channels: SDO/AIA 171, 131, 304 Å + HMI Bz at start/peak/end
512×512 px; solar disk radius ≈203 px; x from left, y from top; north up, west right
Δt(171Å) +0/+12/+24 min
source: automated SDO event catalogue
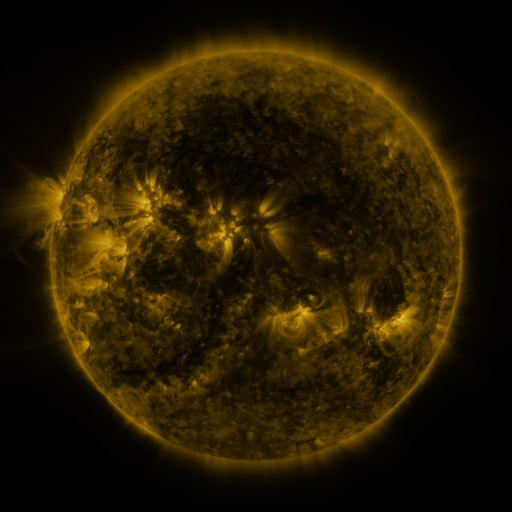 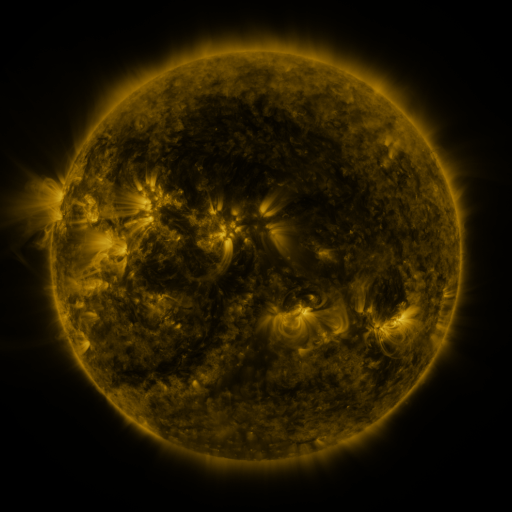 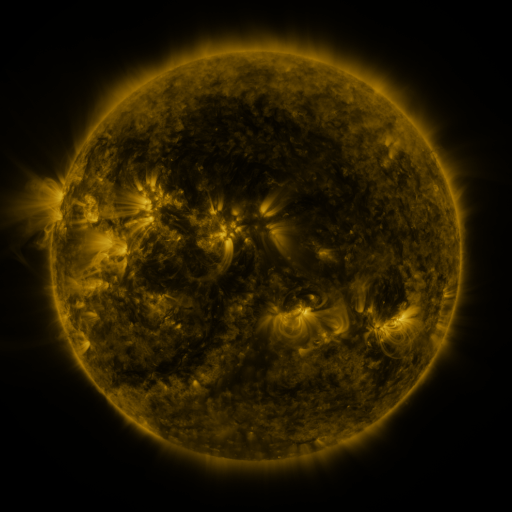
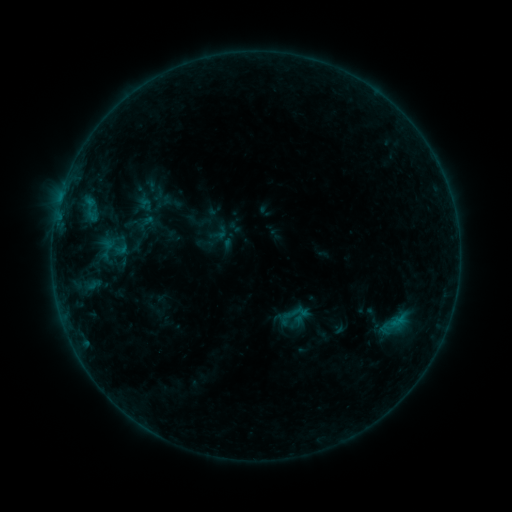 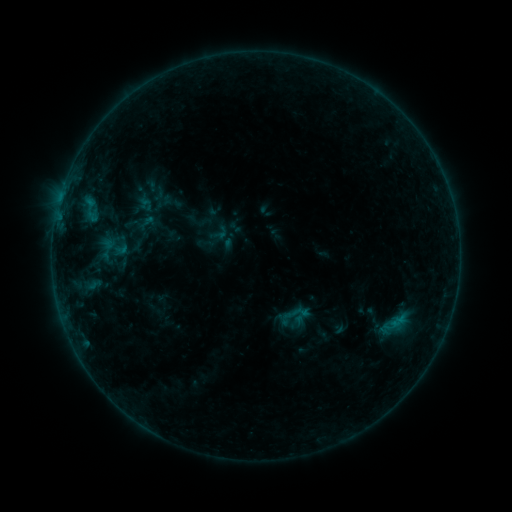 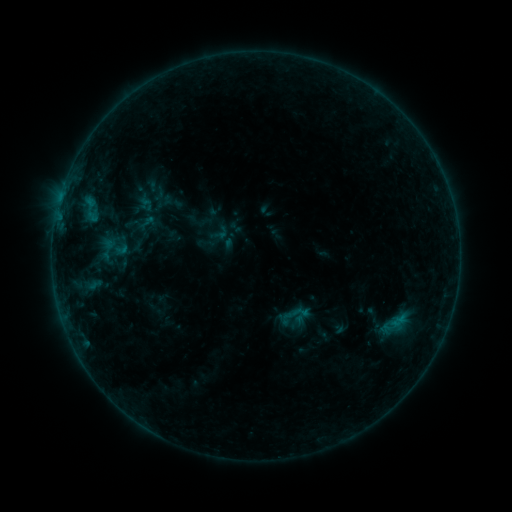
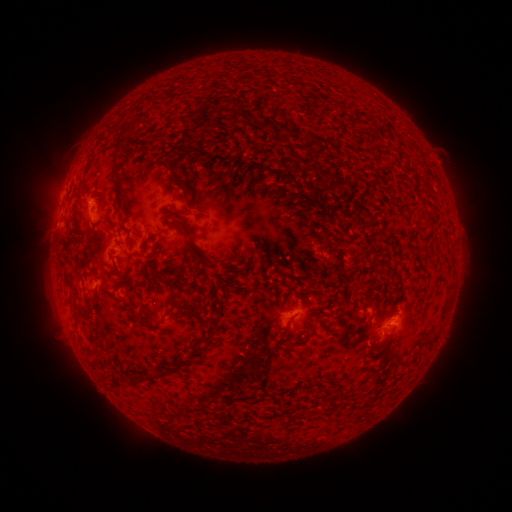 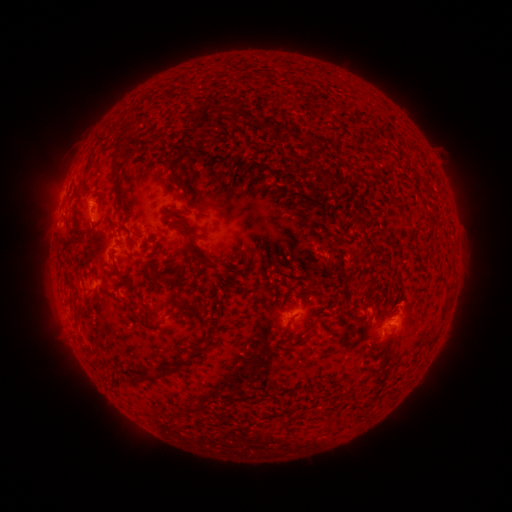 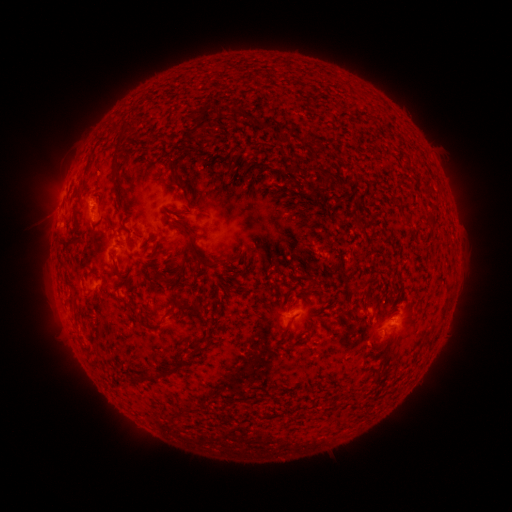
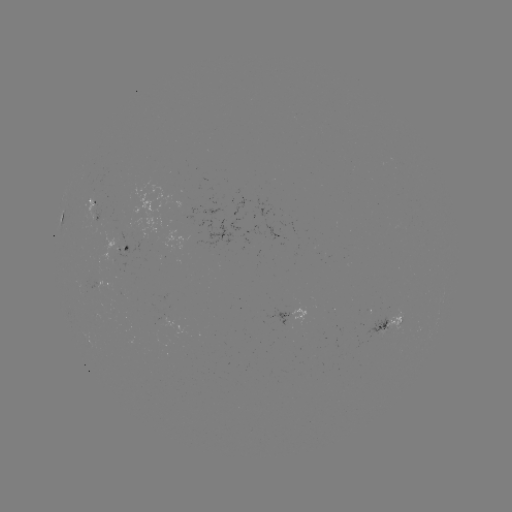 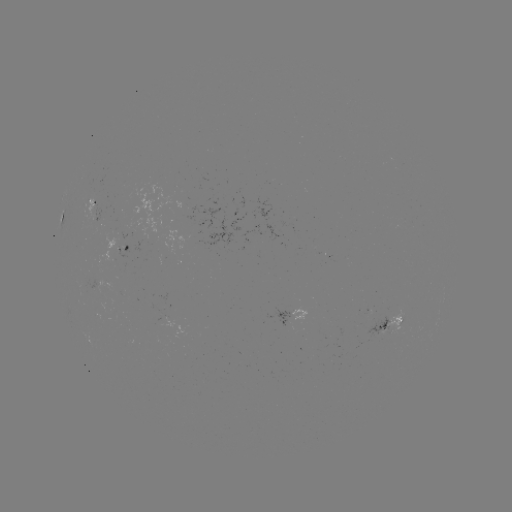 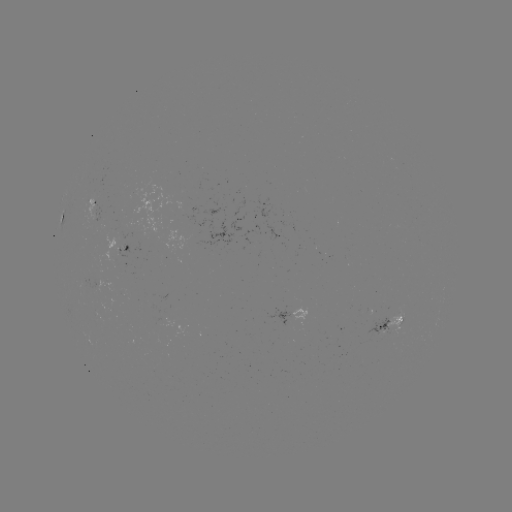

nothing was catalogued: no classed flare, no EUV trigger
